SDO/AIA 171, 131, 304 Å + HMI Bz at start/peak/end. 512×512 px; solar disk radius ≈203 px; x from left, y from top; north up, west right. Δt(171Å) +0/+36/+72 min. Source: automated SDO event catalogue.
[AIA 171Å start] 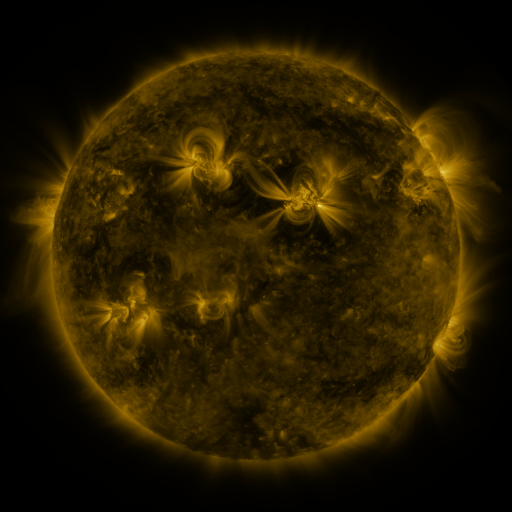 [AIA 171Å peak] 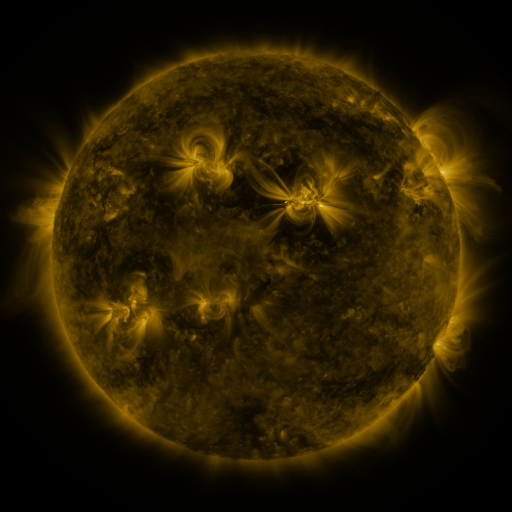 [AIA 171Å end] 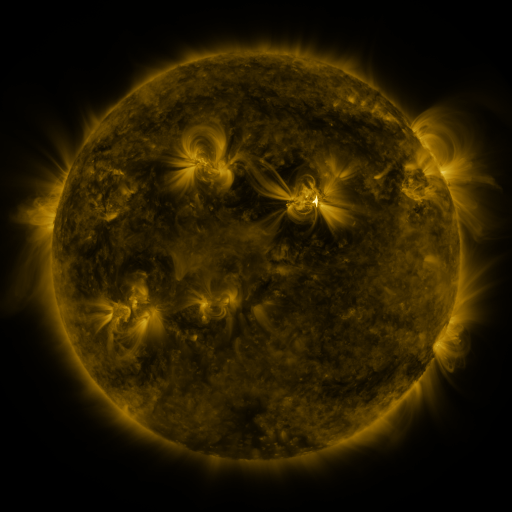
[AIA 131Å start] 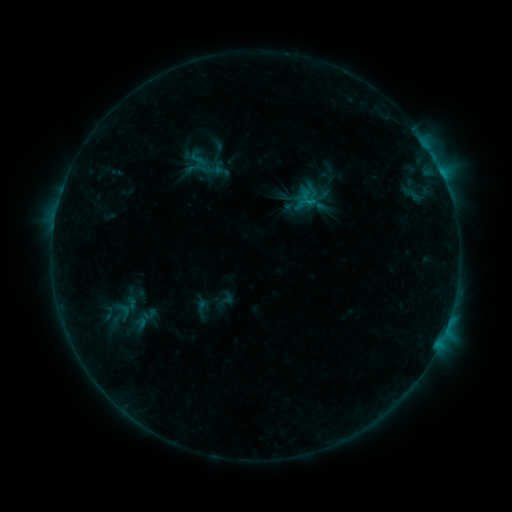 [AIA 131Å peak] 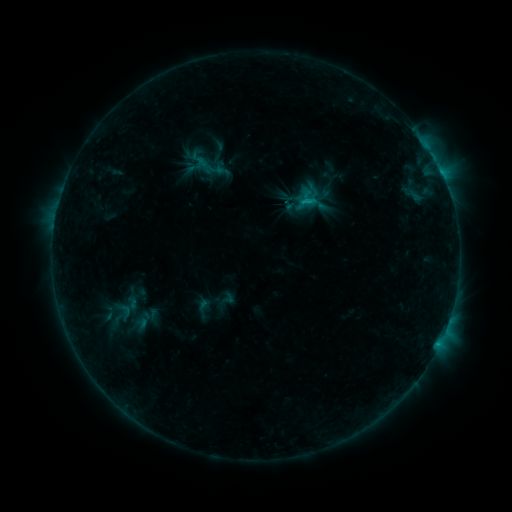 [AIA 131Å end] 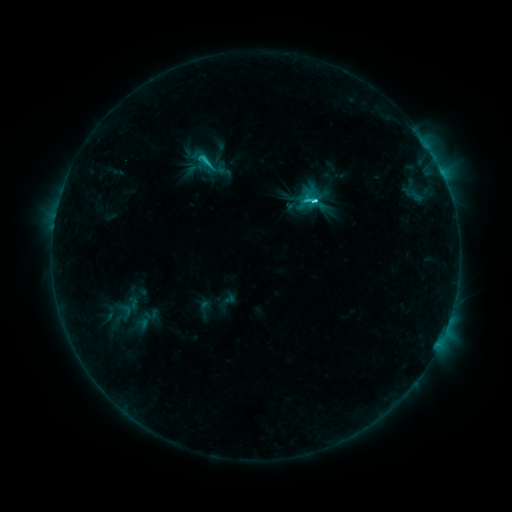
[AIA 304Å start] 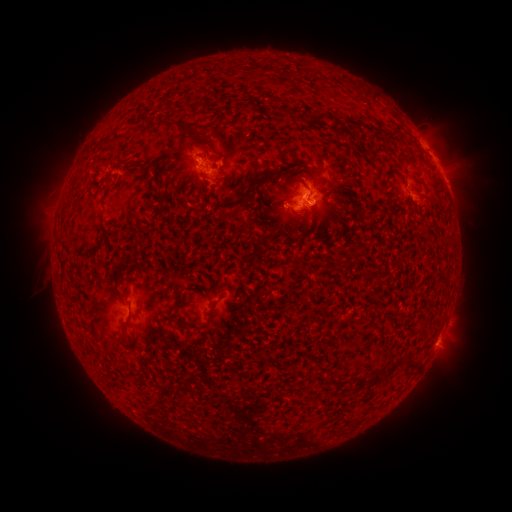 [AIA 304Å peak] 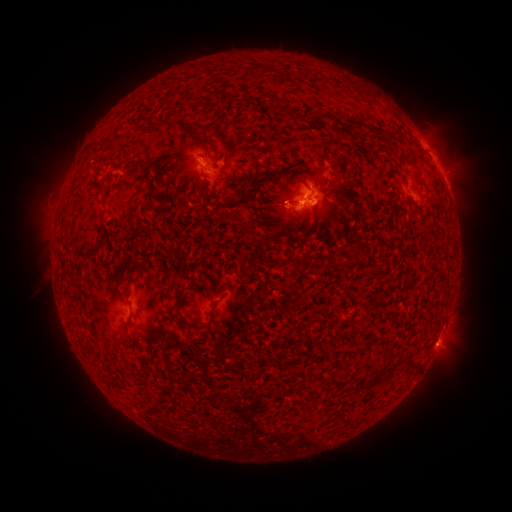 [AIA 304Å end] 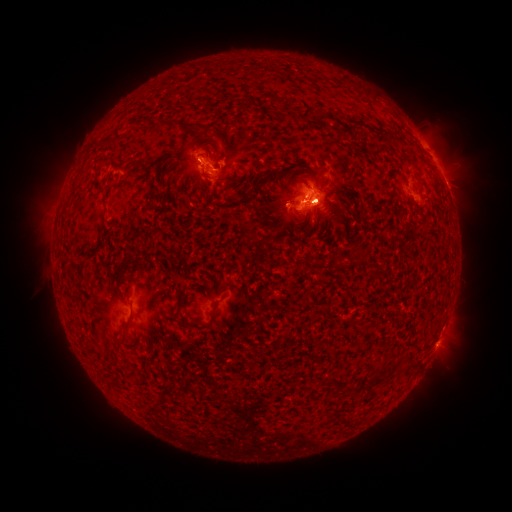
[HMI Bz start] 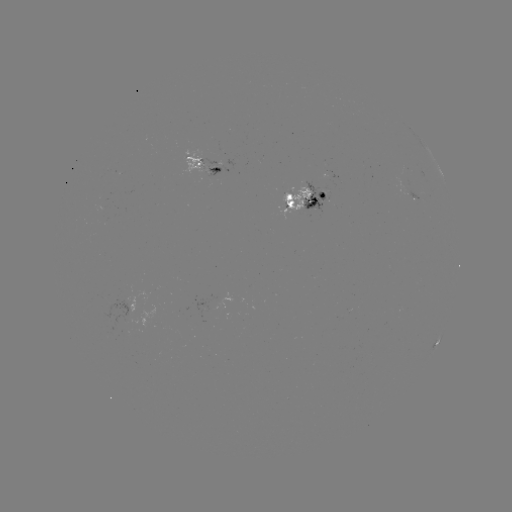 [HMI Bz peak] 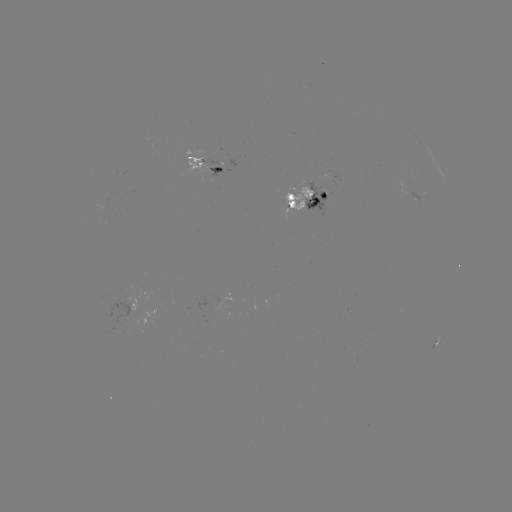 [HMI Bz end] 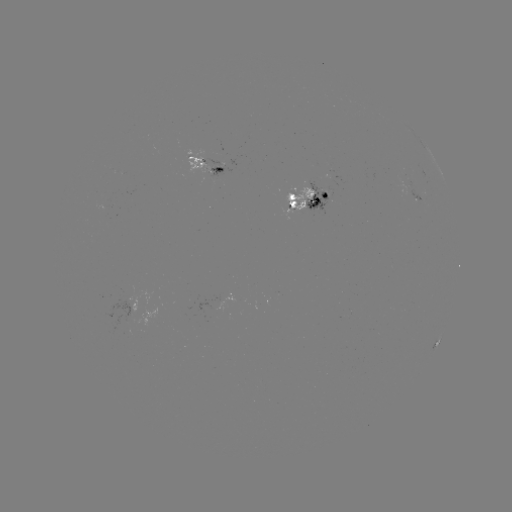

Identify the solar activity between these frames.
emerging-flux region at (405, 184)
